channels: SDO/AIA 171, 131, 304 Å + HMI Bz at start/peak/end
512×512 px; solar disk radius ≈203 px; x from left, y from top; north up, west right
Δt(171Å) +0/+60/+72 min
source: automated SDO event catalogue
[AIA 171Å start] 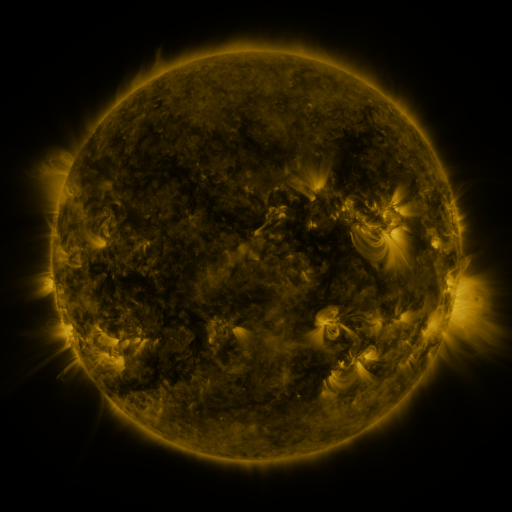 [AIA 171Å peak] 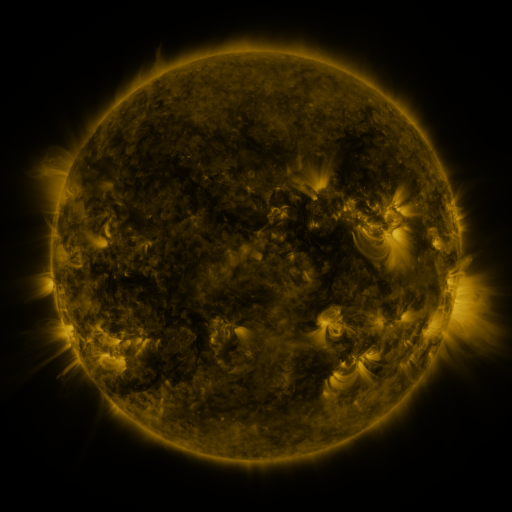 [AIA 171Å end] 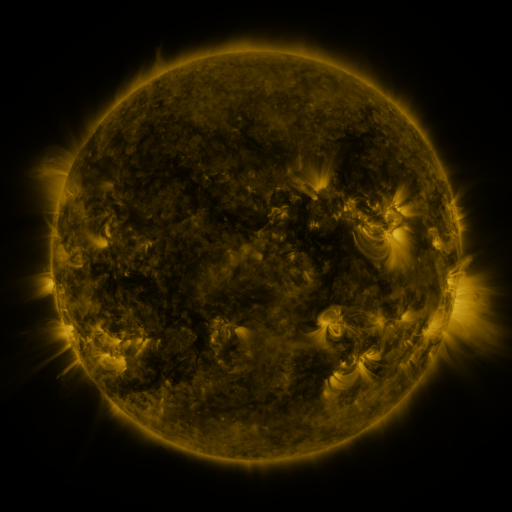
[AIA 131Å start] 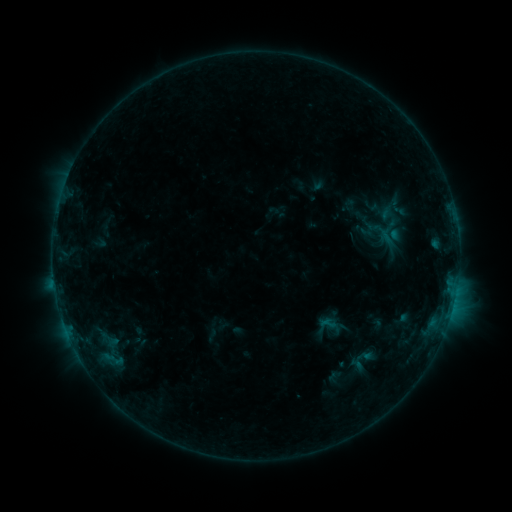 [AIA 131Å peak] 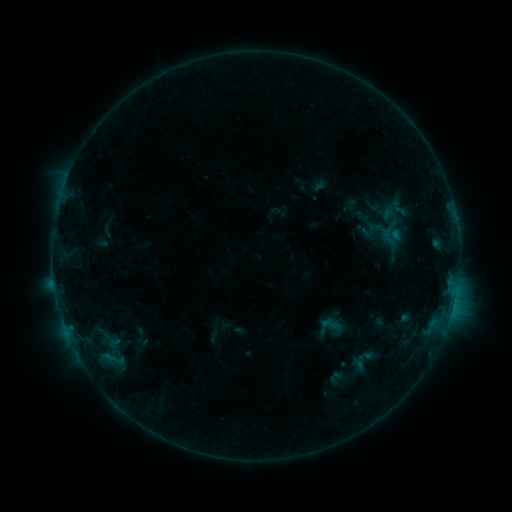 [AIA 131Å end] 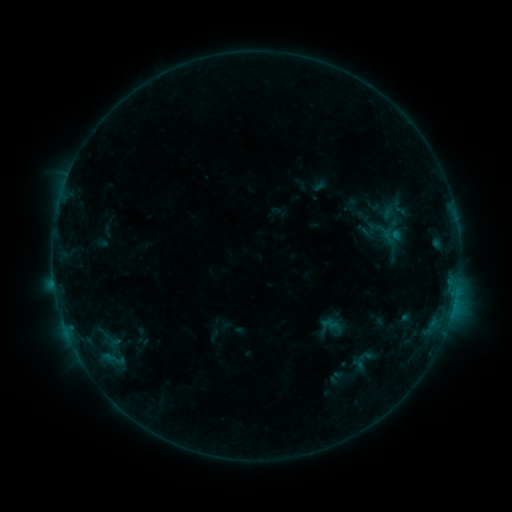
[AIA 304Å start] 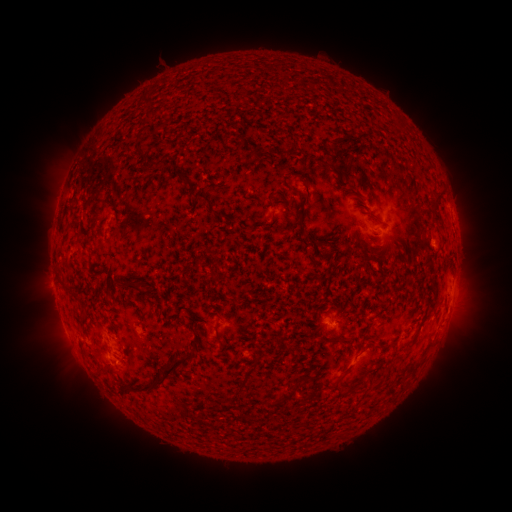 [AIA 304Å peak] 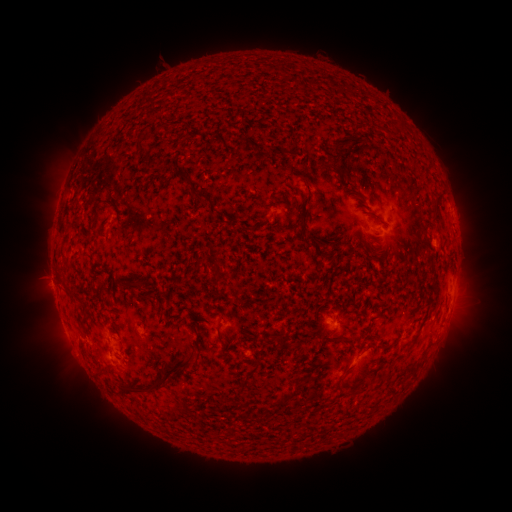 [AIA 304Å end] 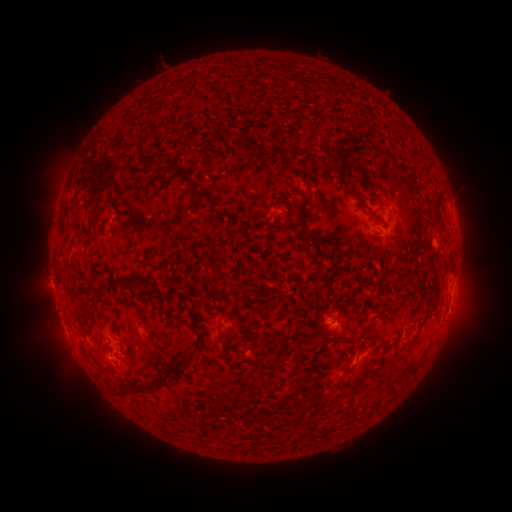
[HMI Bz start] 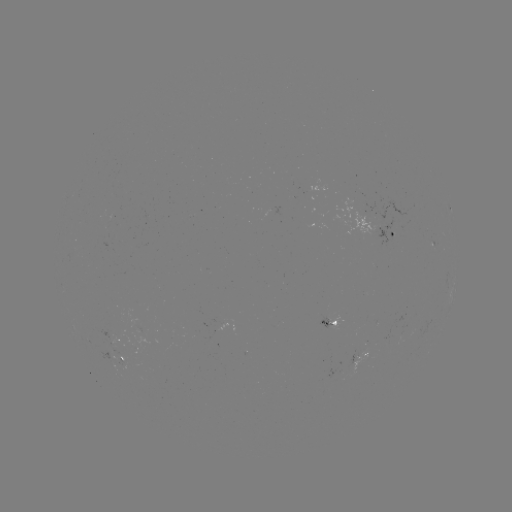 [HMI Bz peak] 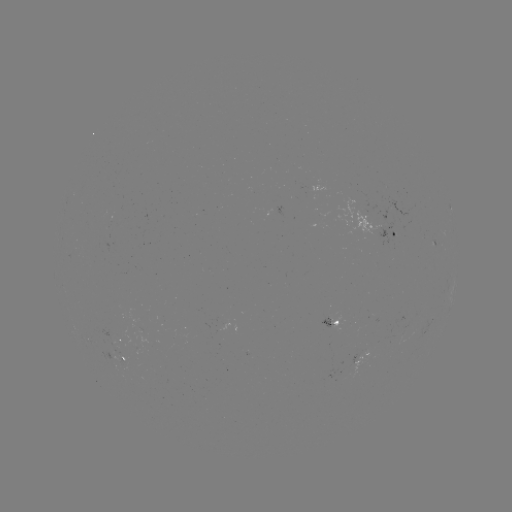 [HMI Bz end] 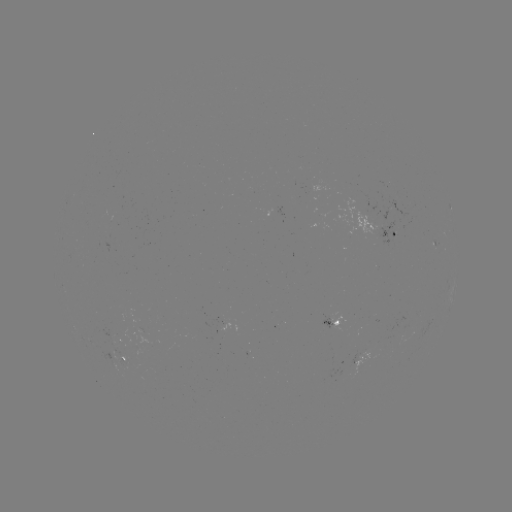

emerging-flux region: [102, 338, 121, 349]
